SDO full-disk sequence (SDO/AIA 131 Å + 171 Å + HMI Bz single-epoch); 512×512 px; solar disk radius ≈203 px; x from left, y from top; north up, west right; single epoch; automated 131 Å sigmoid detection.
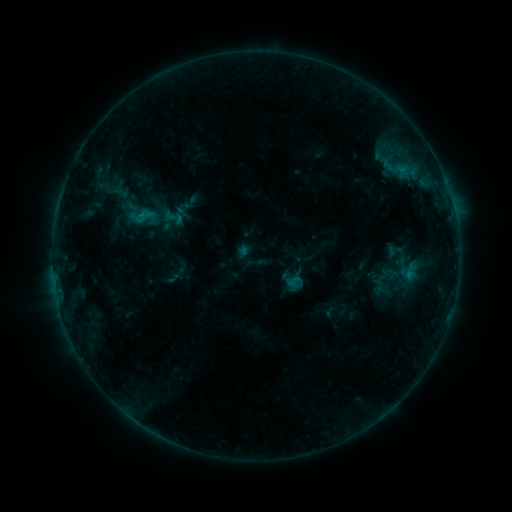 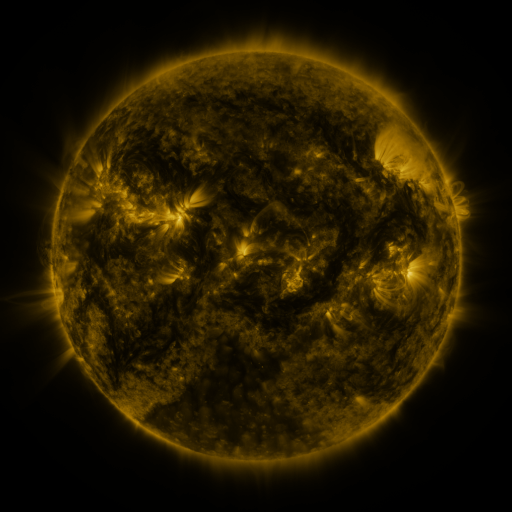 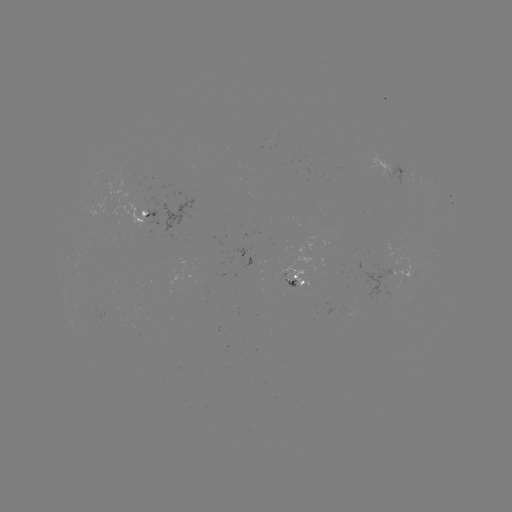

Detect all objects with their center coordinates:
sigmoid: (120, 192)
sigmoid: (295, 282)
